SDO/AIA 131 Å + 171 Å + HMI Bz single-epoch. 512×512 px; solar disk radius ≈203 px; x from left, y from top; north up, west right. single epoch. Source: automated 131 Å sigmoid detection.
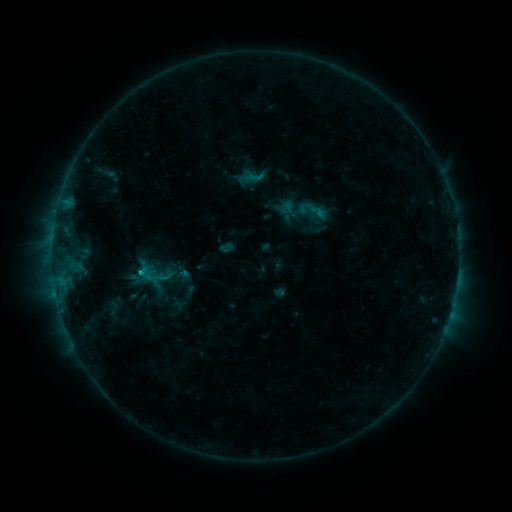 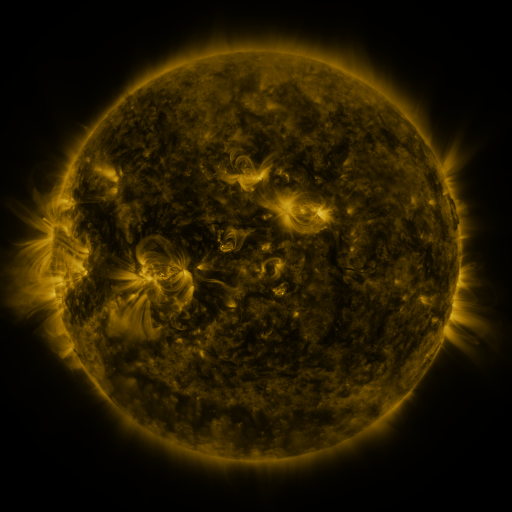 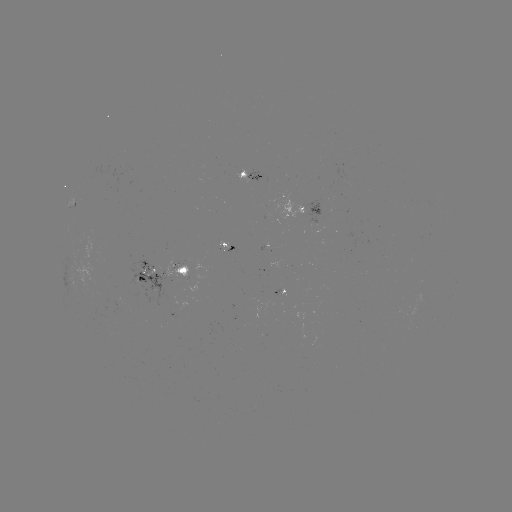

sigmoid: [243, 166, 264, 186]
